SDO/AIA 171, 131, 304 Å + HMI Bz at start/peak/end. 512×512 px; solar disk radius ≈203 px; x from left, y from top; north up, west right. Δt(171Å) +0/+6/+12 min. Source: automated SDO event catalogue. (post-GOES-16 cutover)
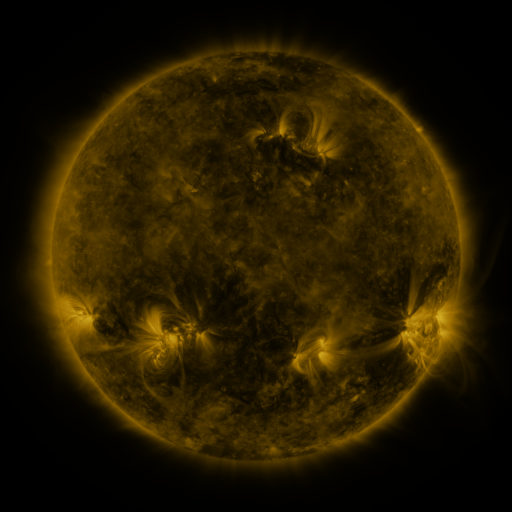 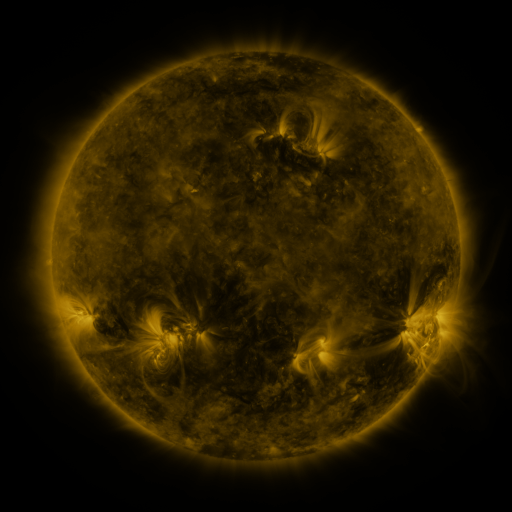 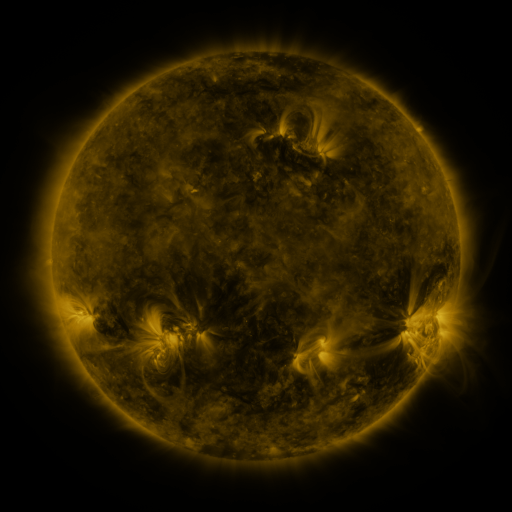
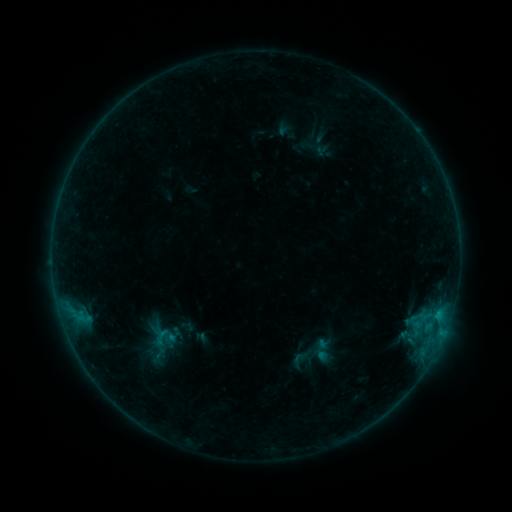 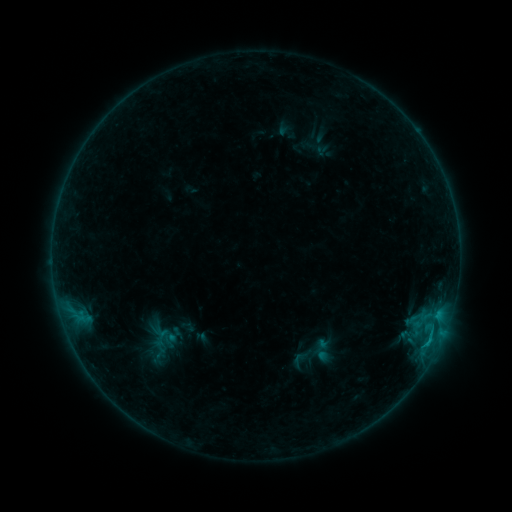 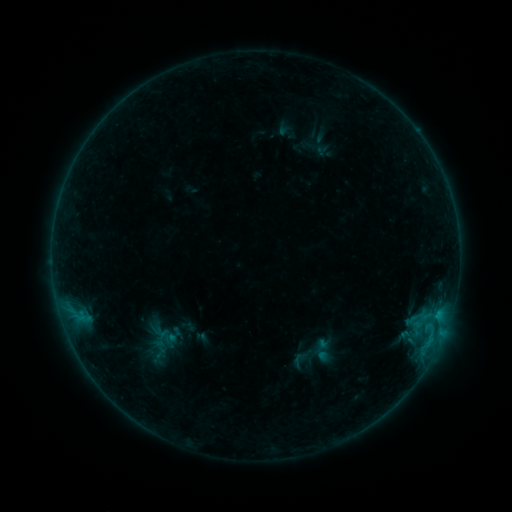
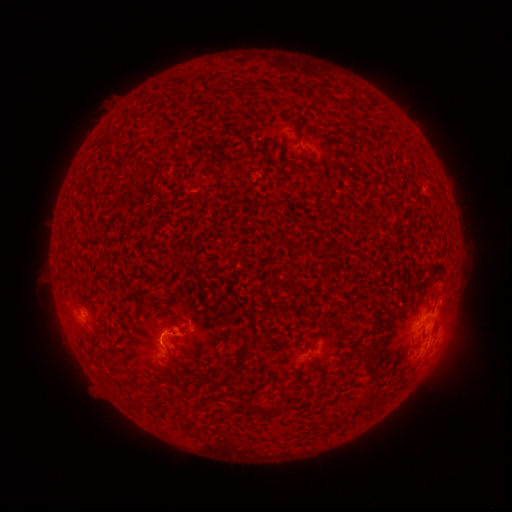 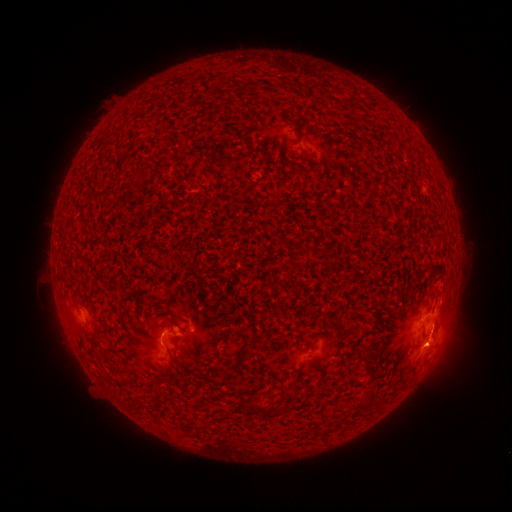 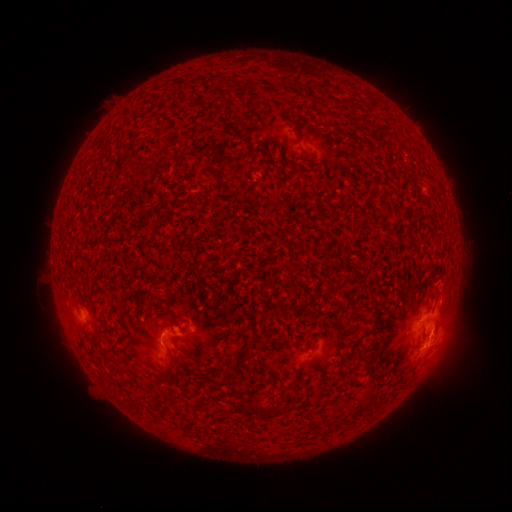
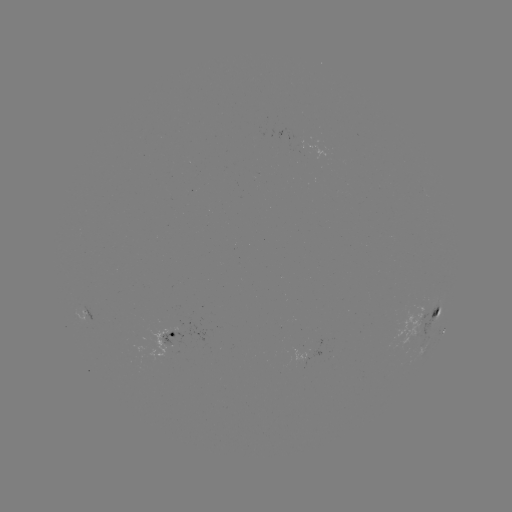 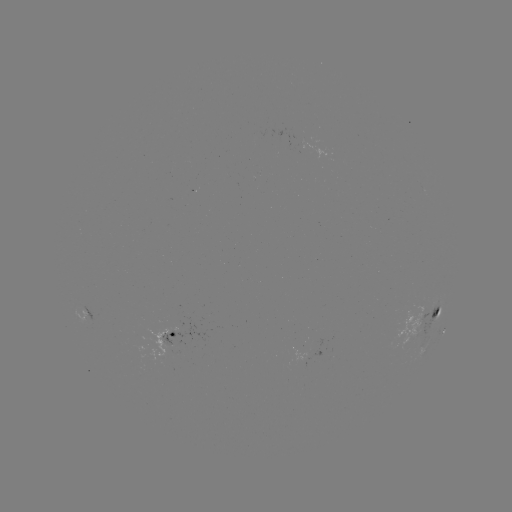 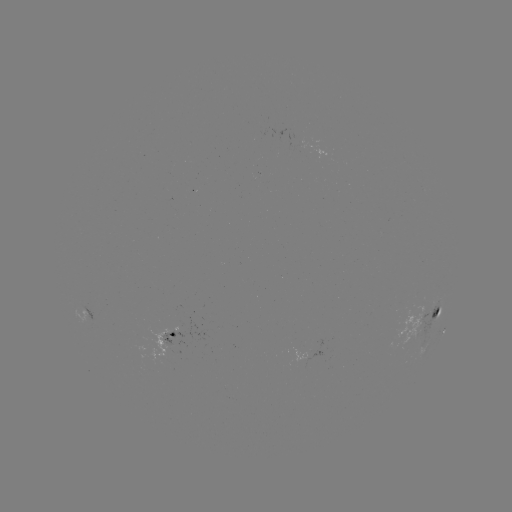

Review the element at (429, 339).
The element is B6.2 flare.